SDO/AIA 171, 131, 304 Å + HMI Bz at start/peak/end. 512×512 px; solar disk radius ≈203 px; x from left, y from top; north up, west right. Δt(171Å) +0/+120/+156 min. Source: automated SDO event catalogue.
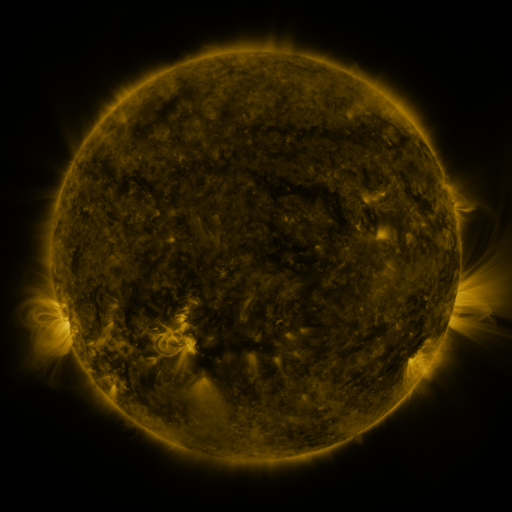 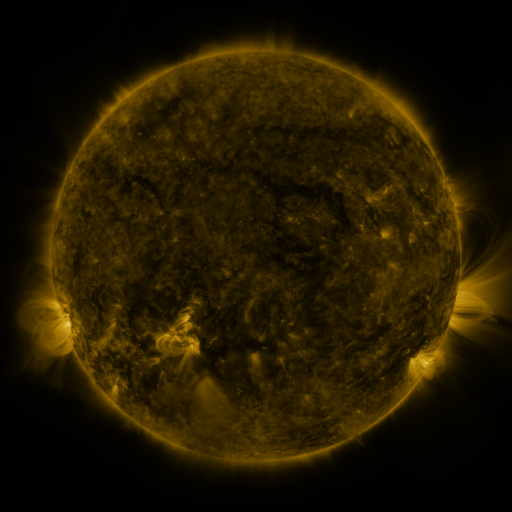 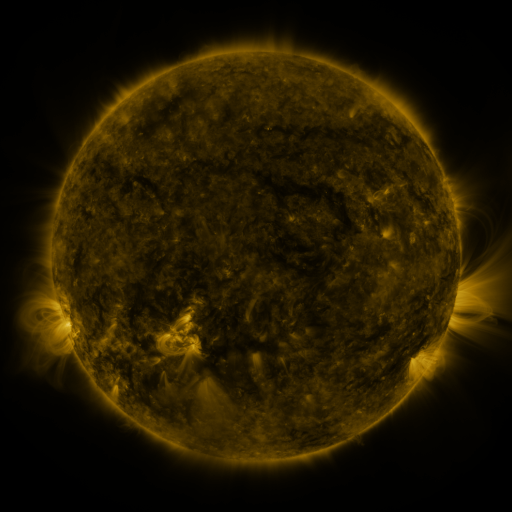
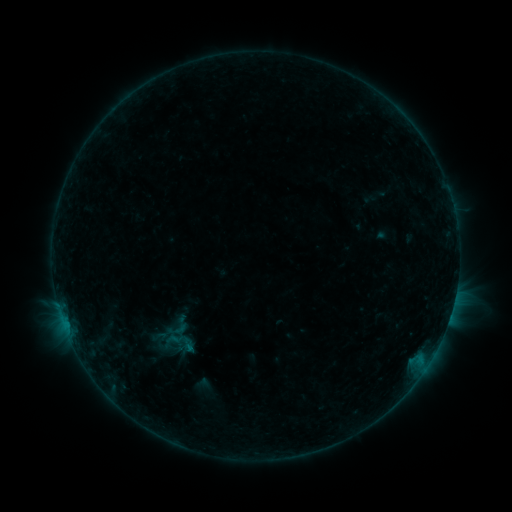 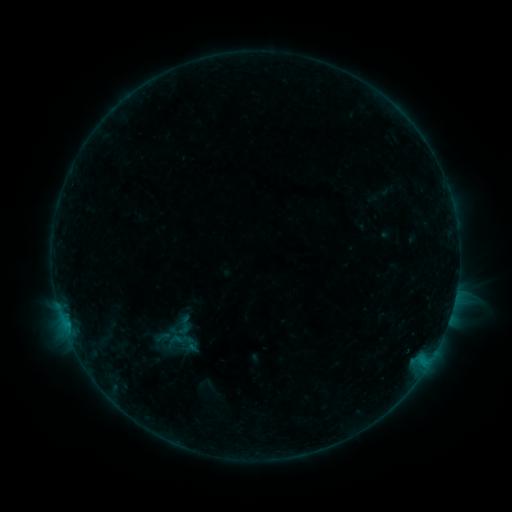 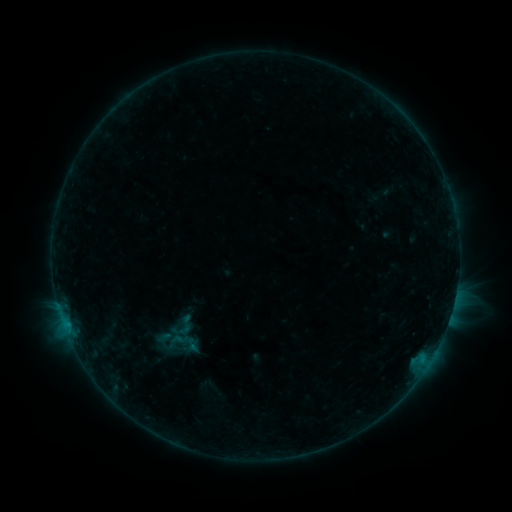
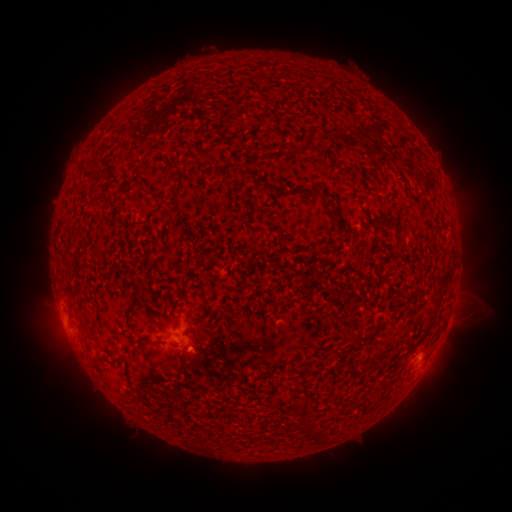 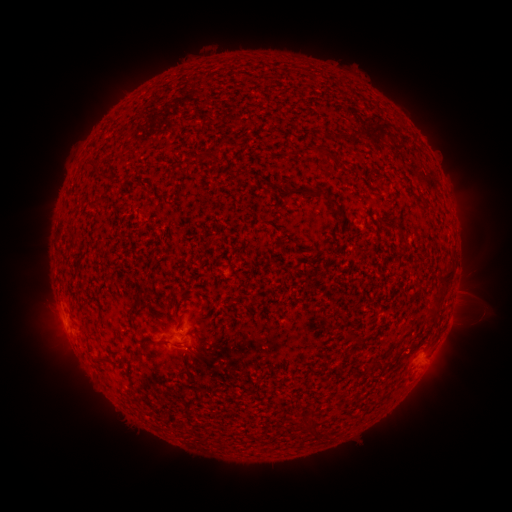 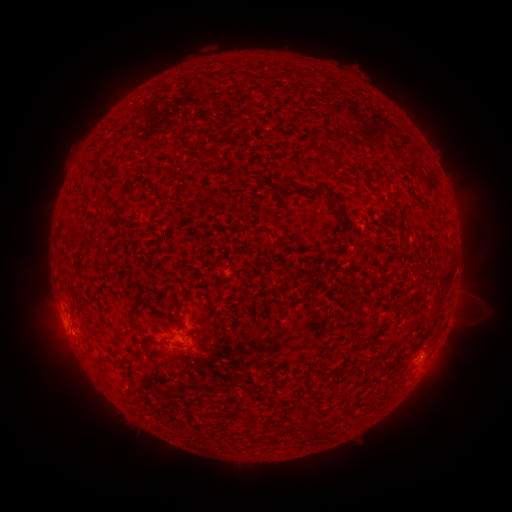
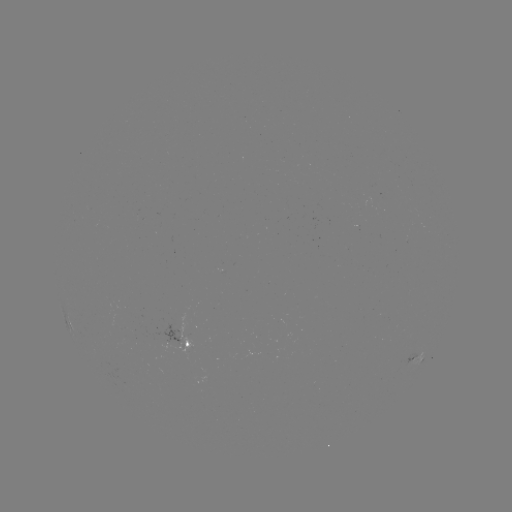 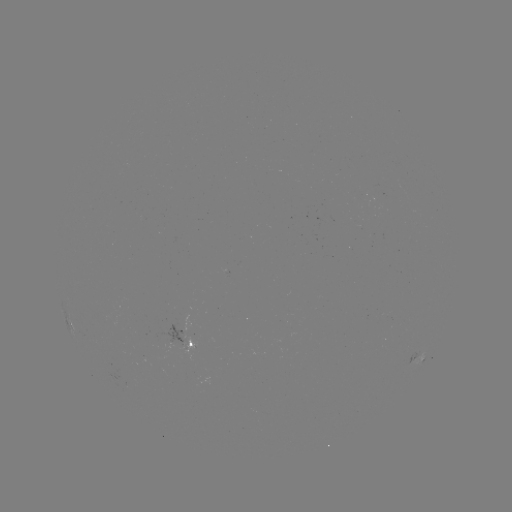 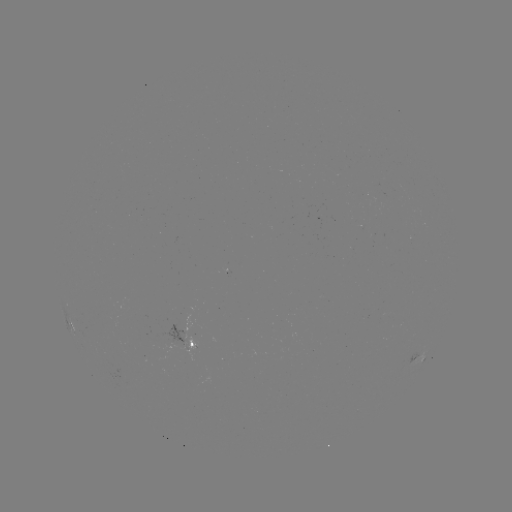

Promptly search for emerging-flux region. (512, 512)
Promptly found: [379, 181].